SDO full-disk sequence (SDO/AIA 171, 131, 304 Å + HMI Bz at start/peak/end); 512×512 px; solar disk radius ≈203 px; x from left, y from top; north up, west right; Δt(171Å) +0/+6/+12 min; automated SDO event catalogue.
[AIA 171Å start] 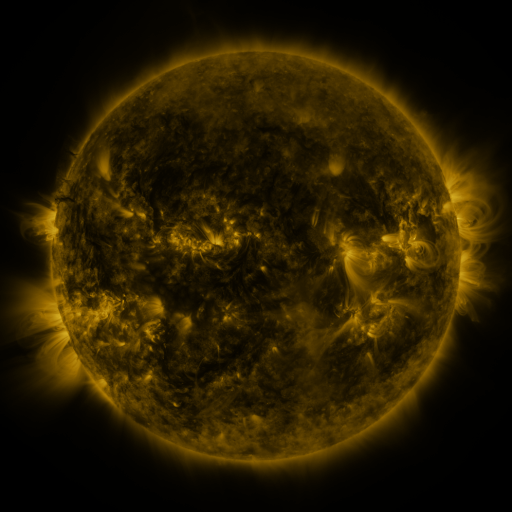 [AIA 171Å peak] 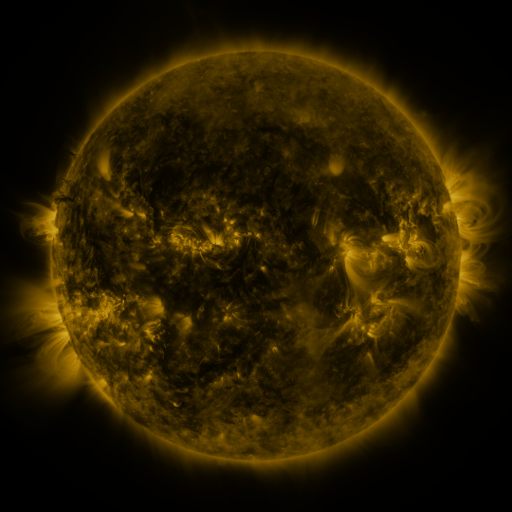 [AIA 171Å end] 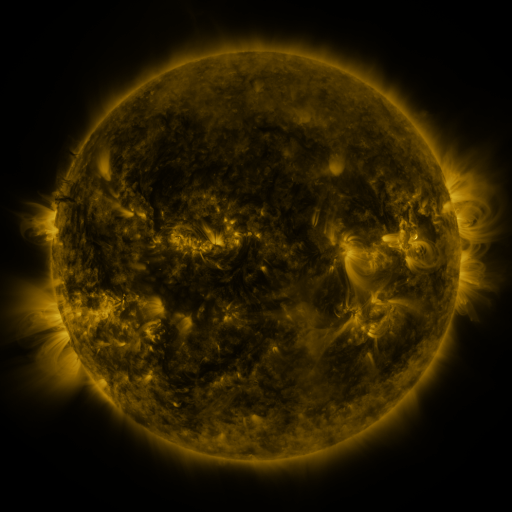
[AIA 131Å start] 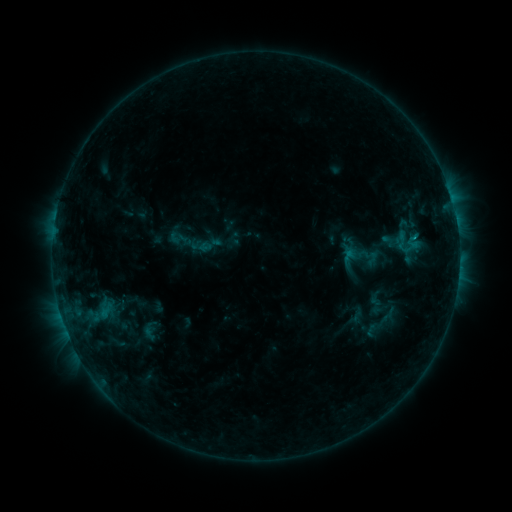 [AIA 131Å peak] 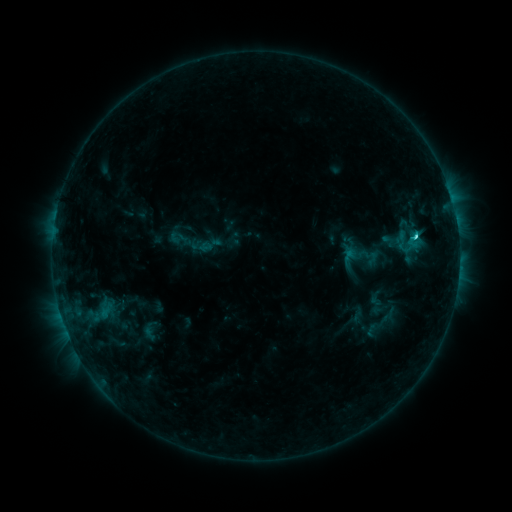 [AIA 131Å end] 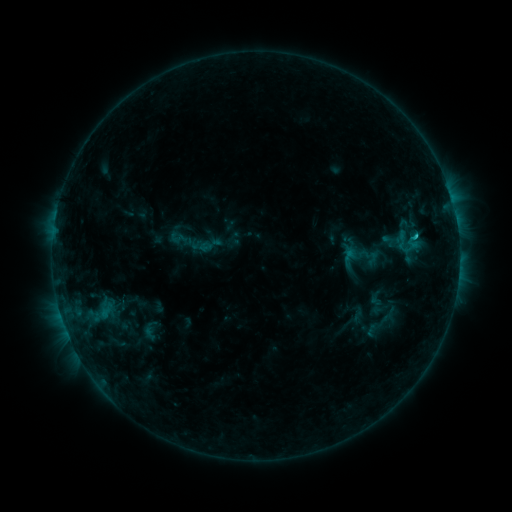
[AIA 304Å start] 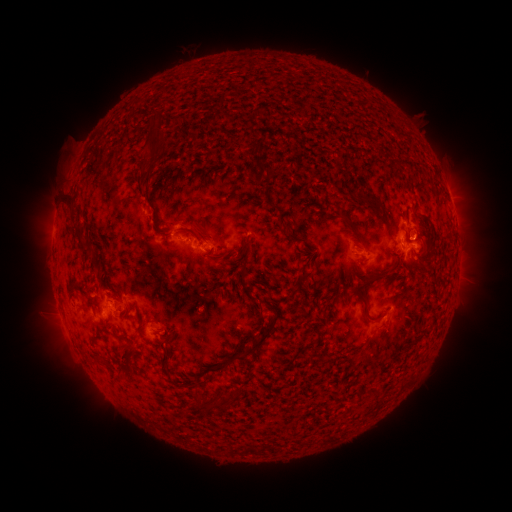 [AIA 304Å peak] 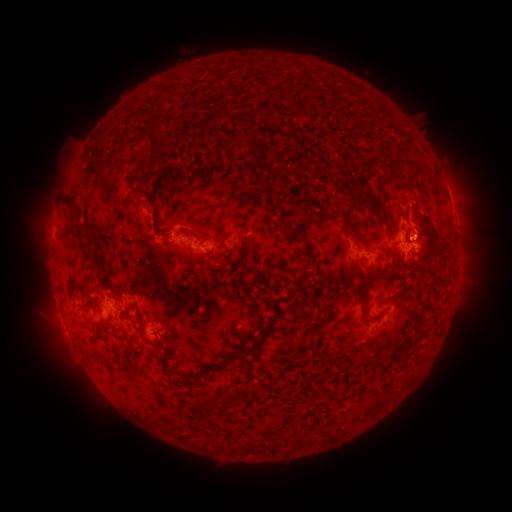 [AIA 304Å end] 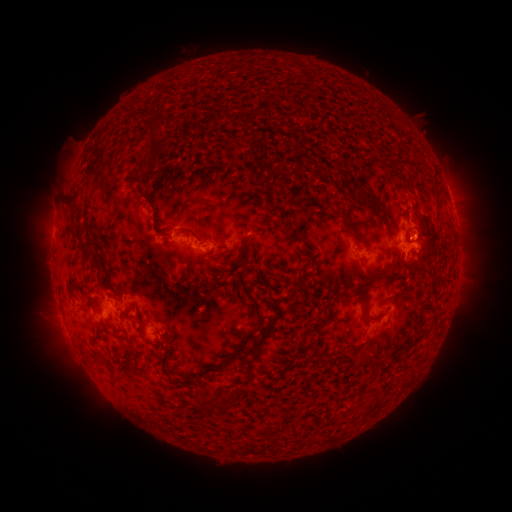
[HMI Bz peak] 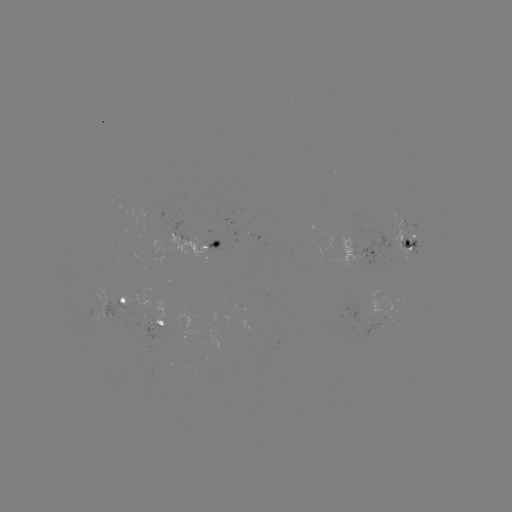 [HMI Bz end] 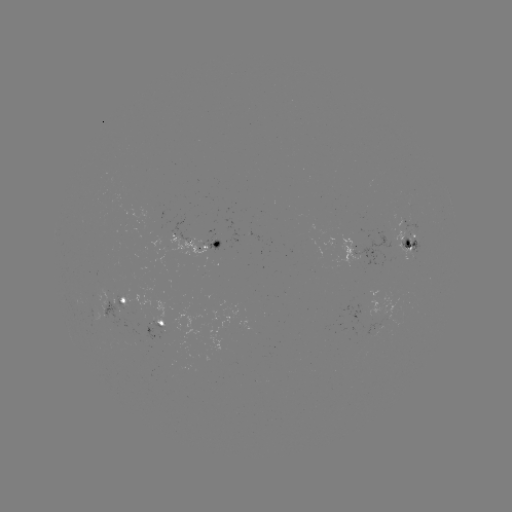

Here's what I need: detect C1.9 flare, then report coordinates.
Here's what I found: C1.9 flare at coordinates (412, 239).